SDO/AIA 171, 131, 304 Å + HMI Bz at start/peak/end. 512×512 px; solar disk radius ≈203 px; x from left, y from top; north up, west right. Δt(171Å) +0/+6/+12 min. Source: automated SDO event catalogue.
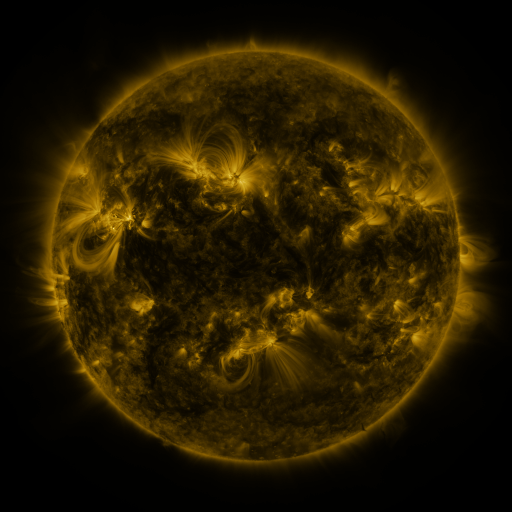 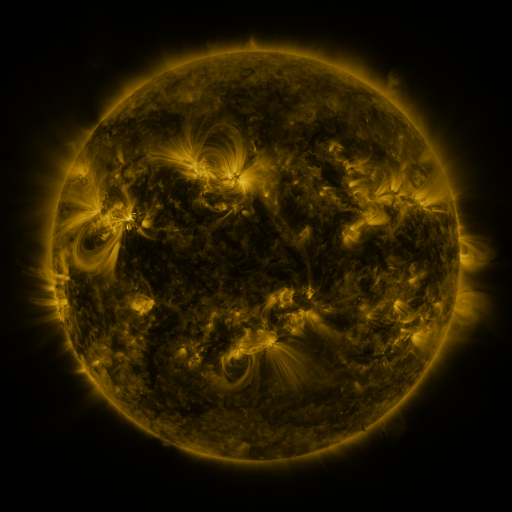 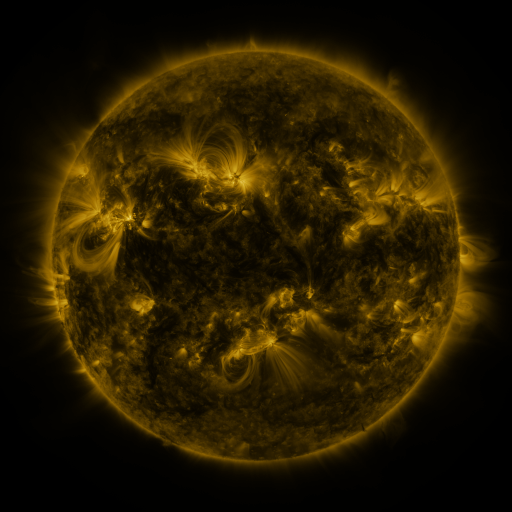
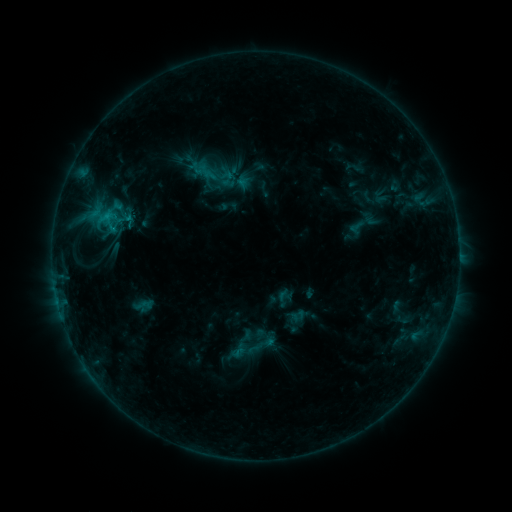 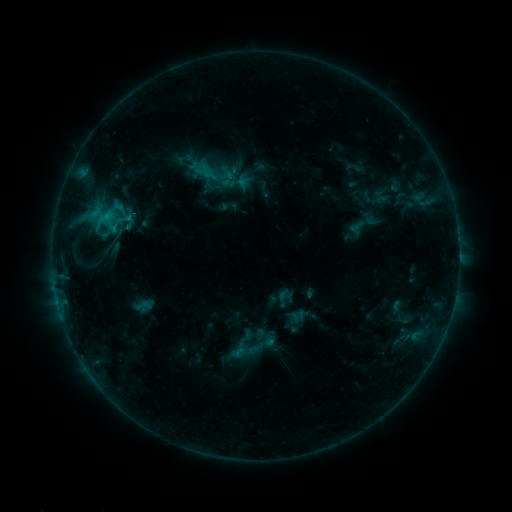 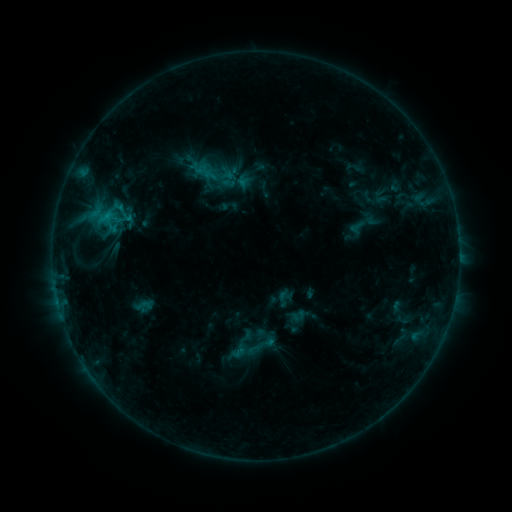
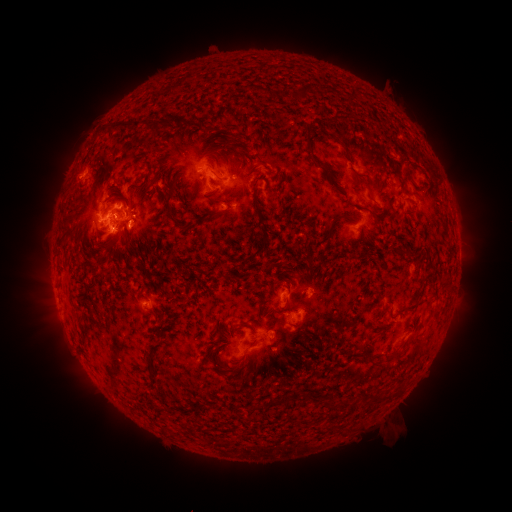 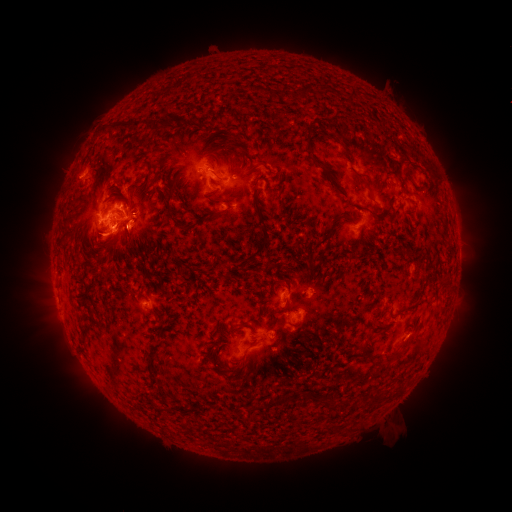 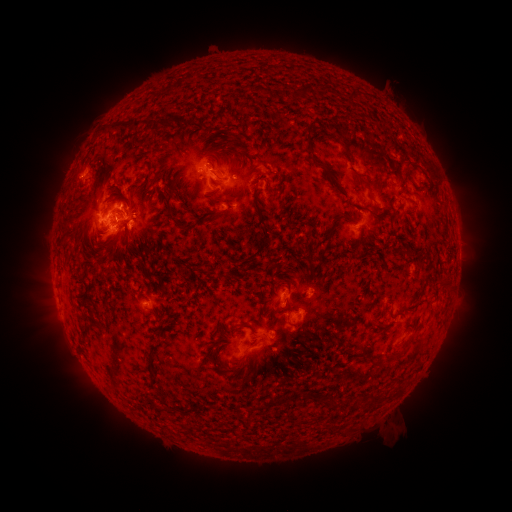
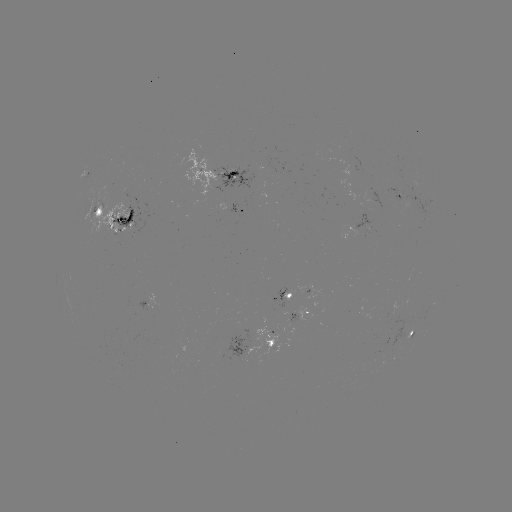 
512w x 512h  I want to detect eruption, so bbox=[79, 221, 127, 270].